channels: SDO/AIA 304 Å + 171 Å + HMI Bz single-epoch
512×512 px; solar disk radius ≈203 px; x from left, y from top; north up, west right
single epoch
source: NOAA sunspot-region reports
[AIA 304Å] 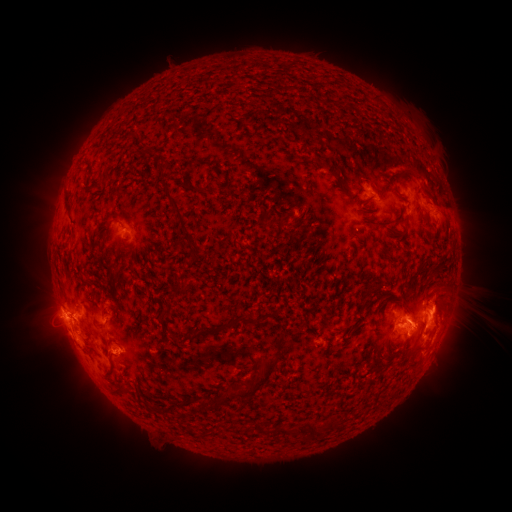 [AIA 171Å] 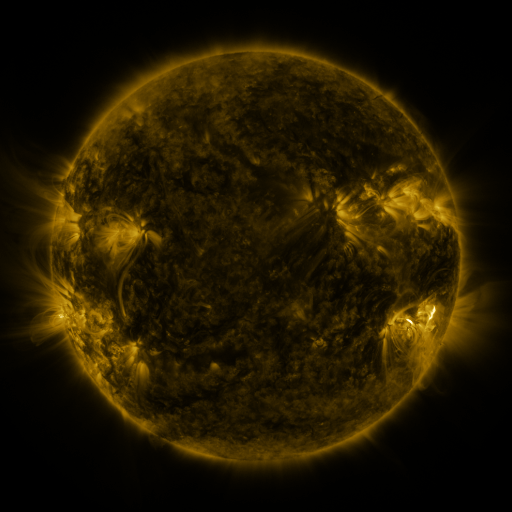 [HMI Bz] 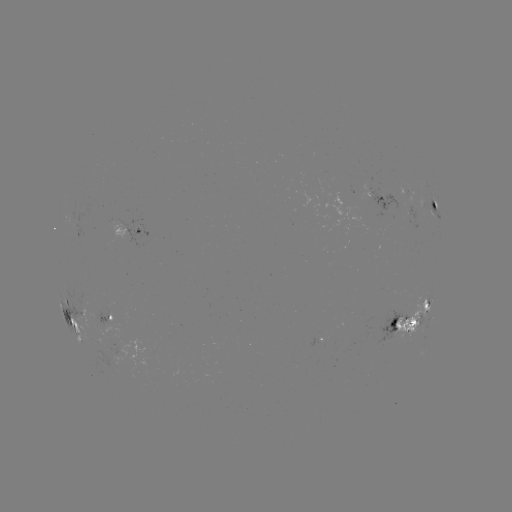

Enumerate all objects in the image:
spotted active region: (406, 193)
spotted active region: (377, 199)
spotted active region: (434, 208)
spotted active region: (129, 233)
spotted active region: (112, 316)
spotted active region: (404, 326)
